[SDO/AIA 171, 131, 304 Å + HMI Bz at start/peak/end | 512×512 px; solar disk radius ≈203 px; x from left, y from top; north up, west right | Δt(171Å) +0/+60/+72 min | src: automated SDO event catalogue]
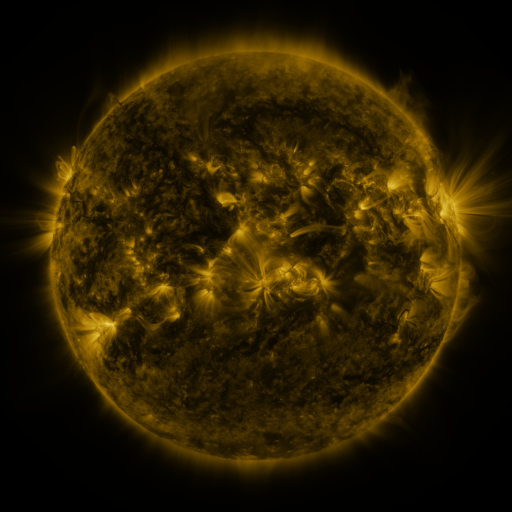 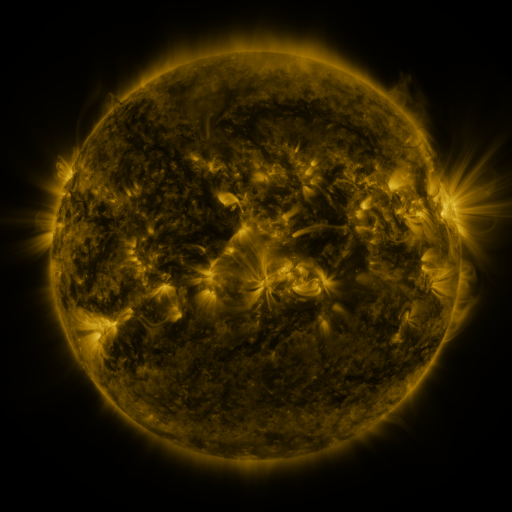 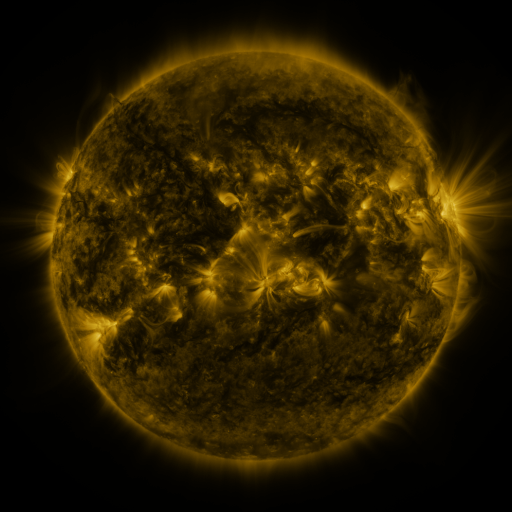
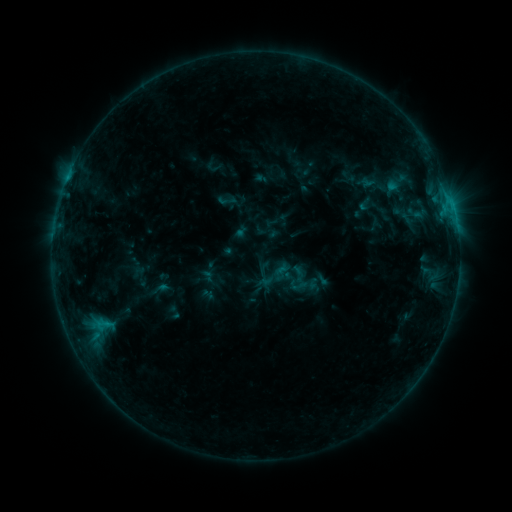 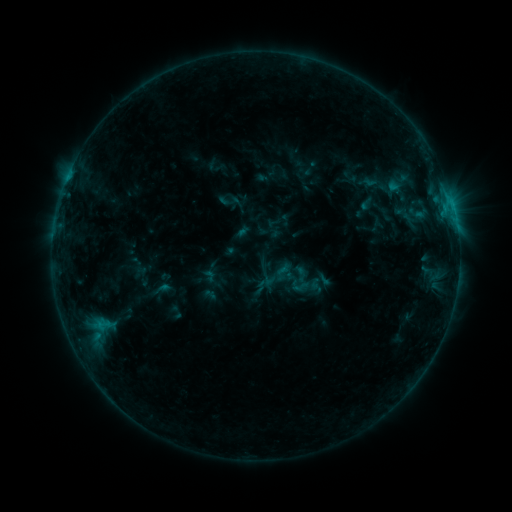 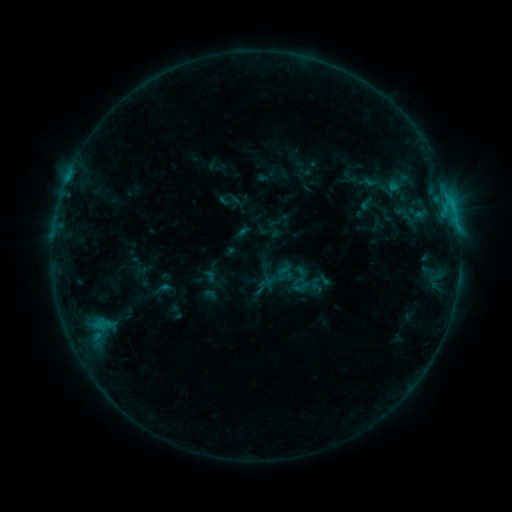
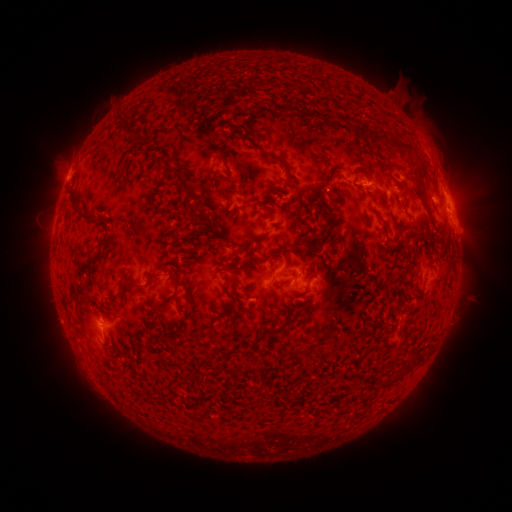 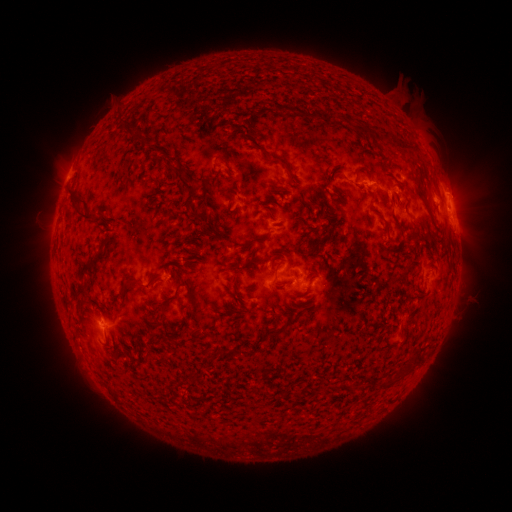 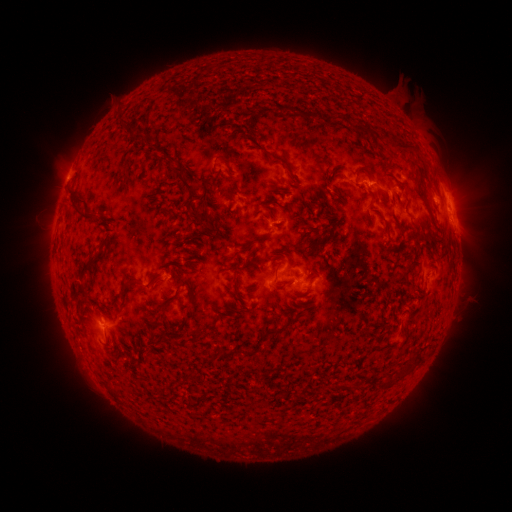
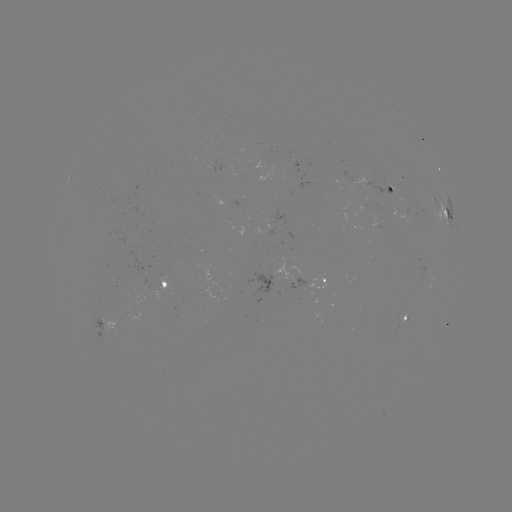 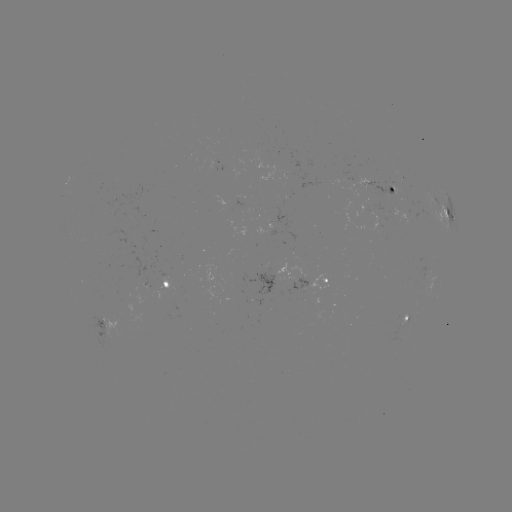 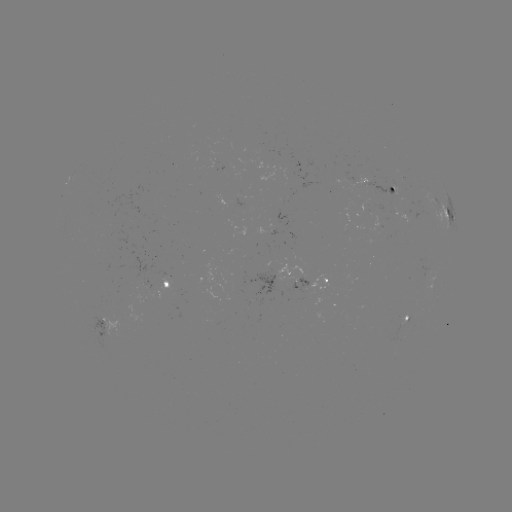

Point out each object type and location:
emerging-flux region: (404, 316)
